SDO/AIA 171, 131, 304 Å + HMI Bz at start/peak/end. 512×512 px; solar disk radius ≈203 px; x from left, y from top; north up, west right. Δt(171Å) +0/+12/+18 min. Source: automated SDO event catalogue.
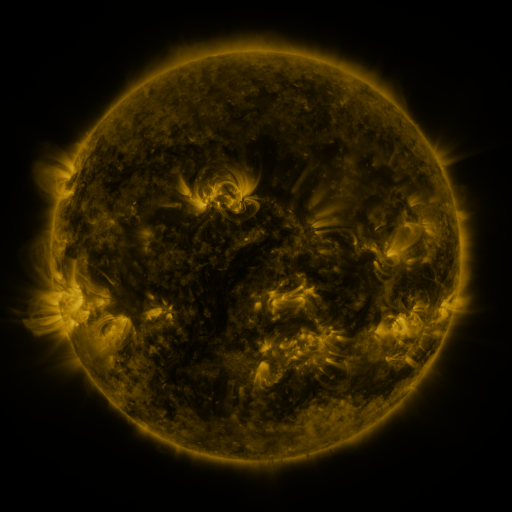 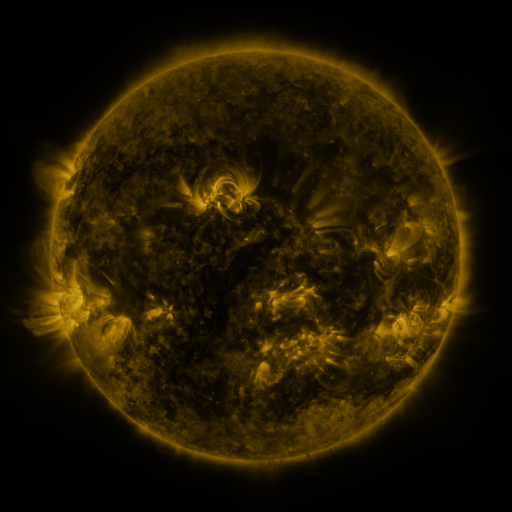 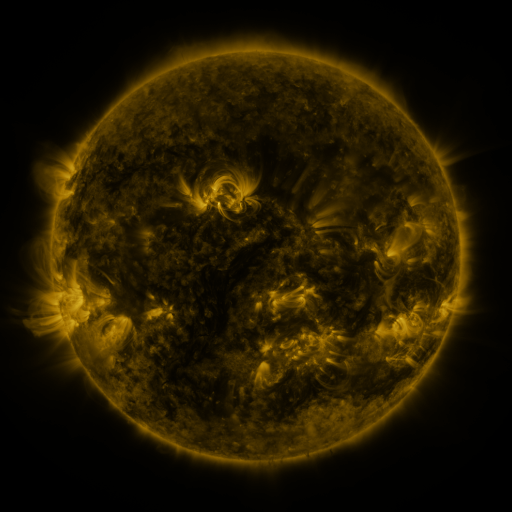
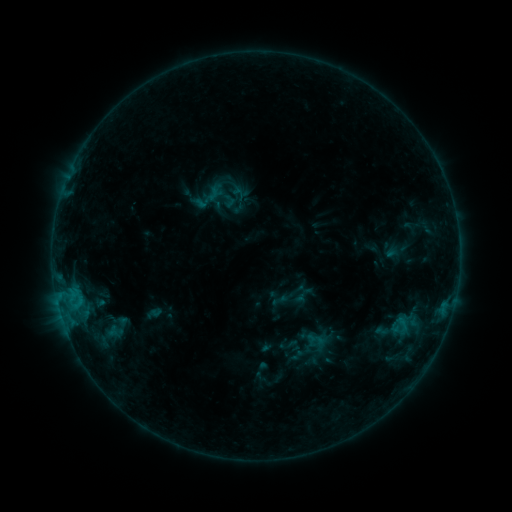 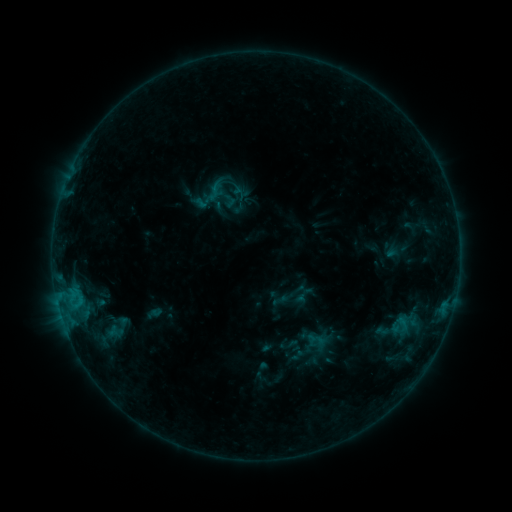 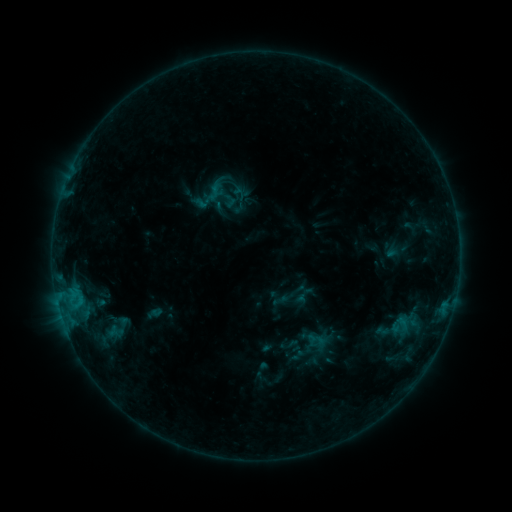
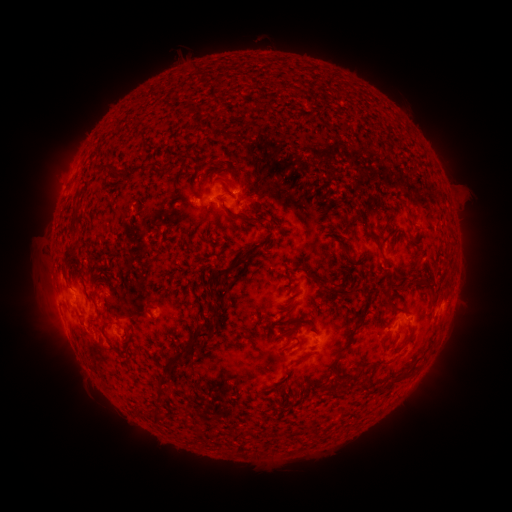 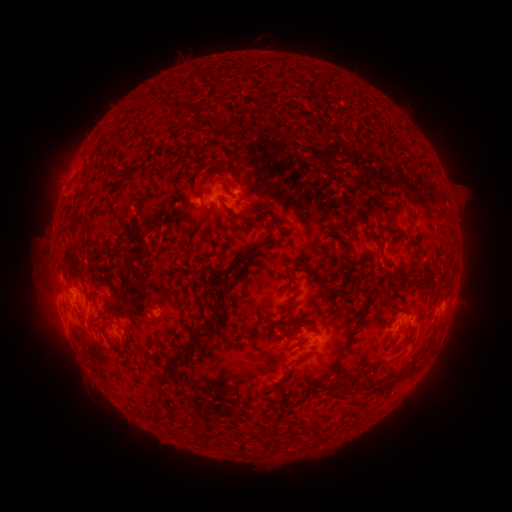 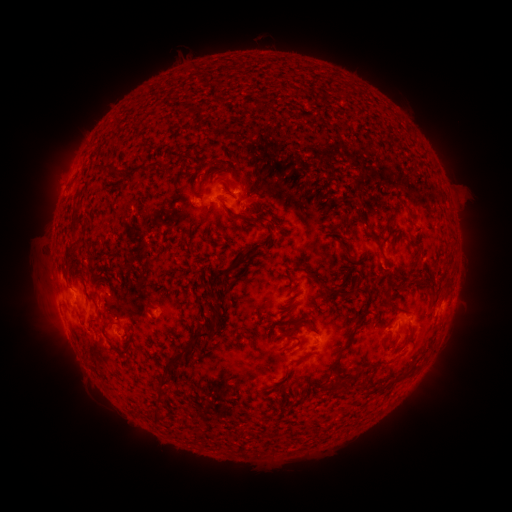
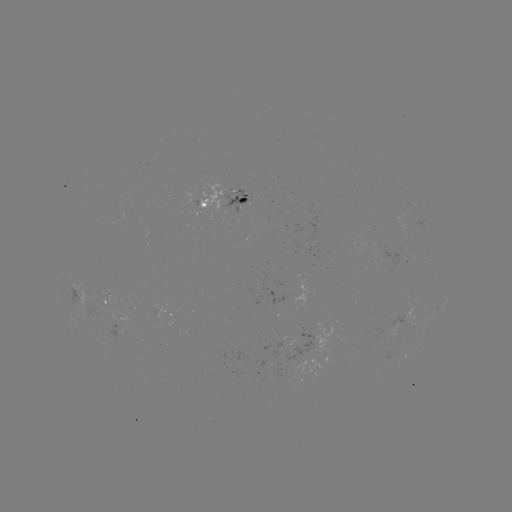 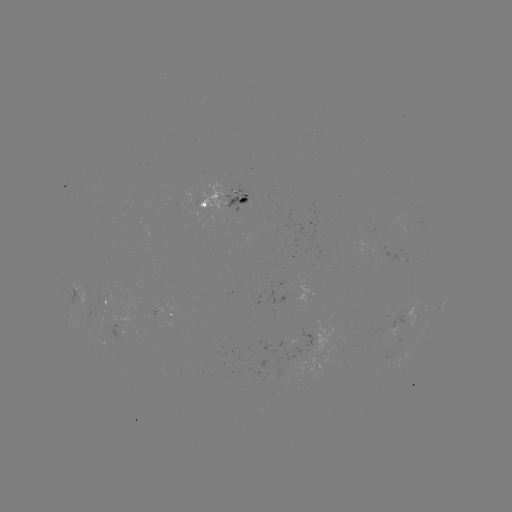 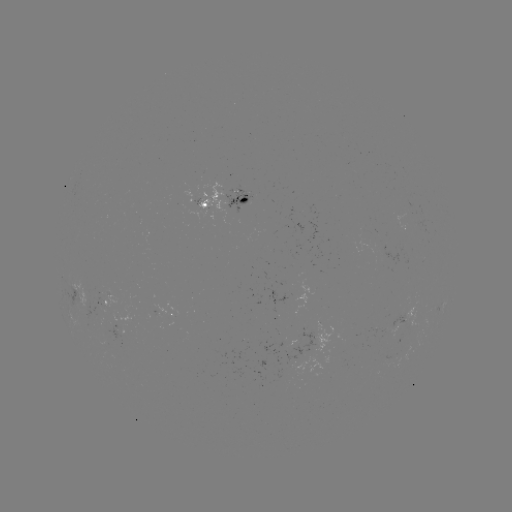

no flare in any classed list; no EUV-trigger detection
